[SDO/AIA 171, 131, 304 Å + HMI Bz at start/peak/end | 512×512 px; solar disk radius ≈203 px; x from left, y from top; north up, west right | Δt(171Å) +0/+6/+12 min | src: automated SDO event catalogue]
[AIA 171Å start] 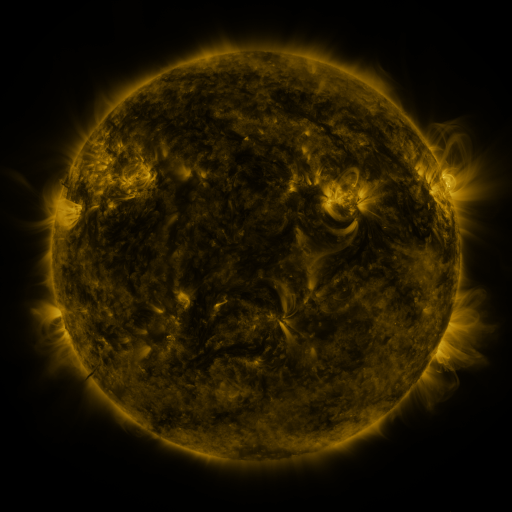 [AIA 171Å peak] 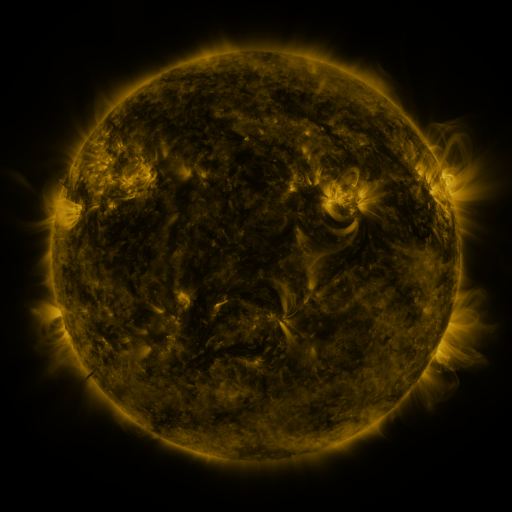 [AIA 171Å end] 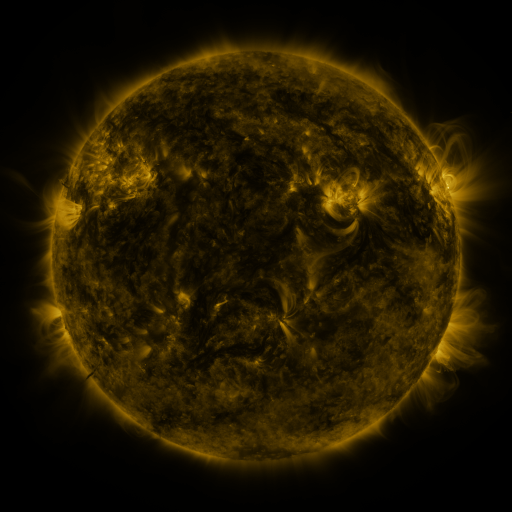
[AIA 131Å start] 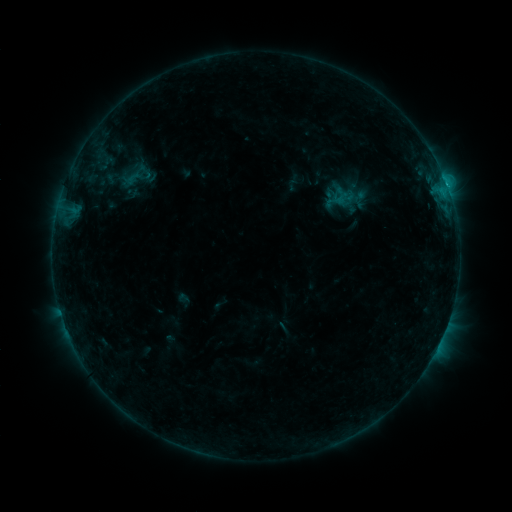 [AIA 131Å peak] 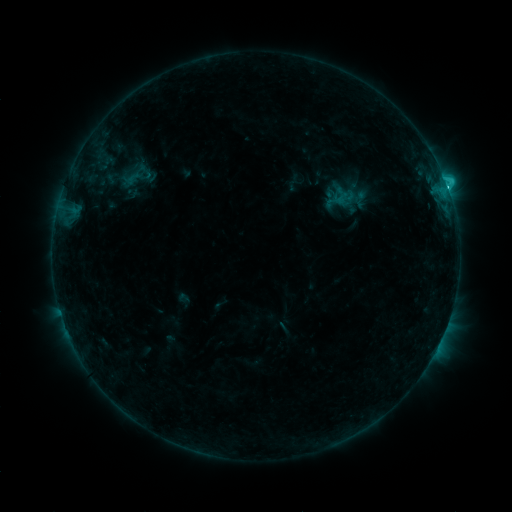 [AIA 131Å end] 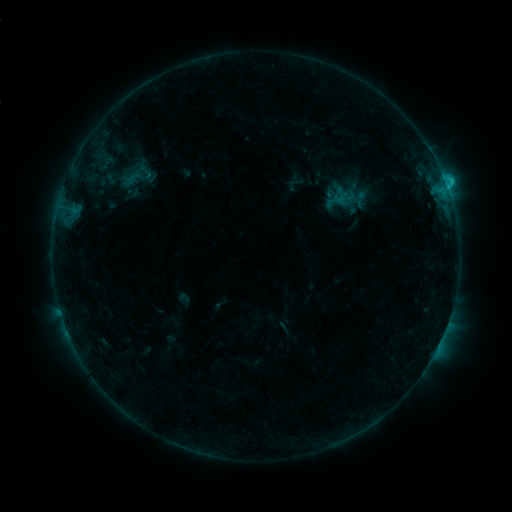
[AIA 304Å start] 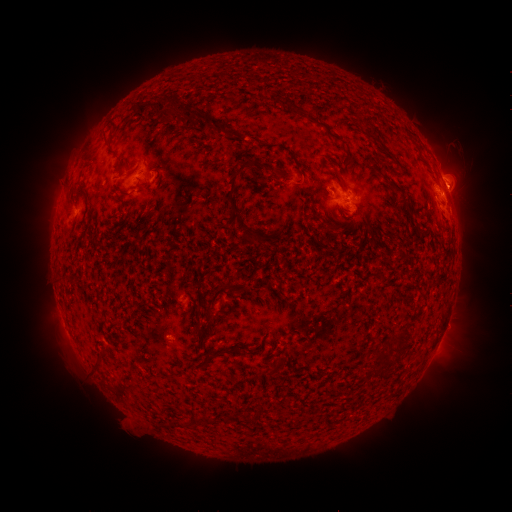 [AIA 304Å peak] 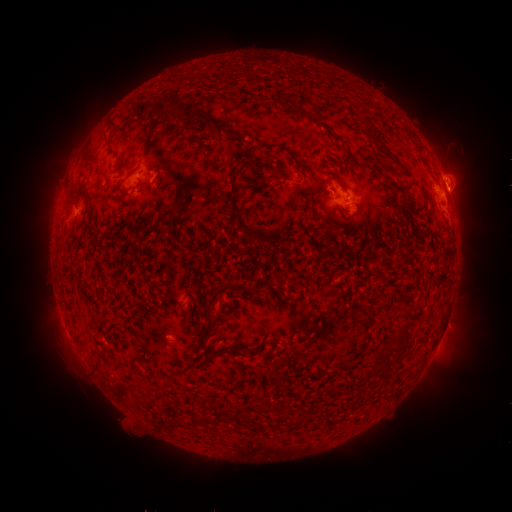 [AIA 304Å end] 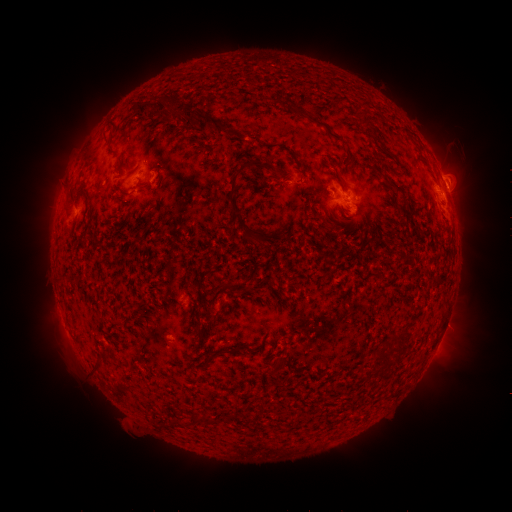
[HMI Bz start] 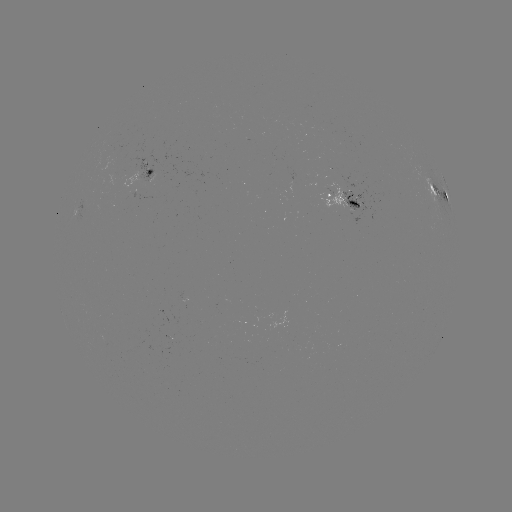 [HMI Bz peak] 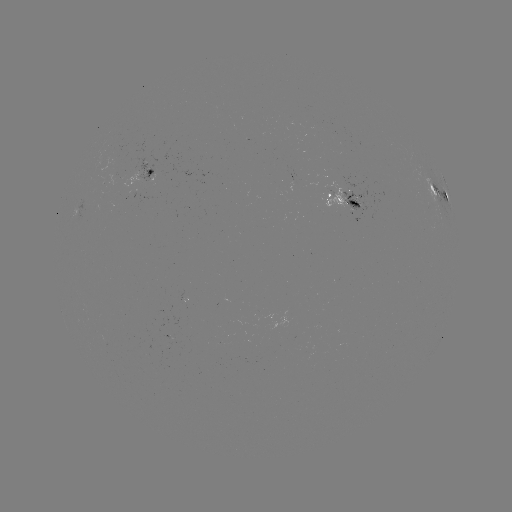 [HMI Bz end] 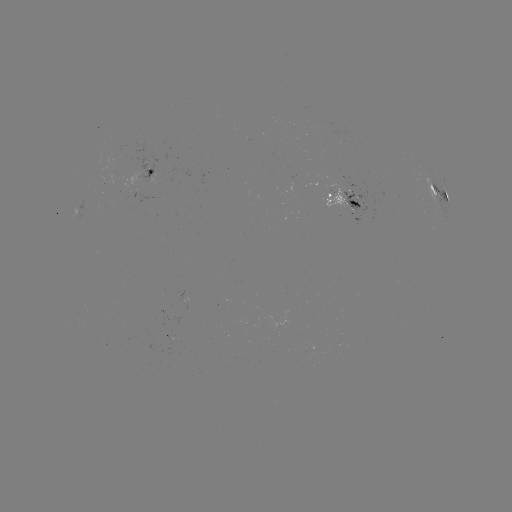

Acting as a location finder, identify C1.6 flare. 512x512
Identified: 448,189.